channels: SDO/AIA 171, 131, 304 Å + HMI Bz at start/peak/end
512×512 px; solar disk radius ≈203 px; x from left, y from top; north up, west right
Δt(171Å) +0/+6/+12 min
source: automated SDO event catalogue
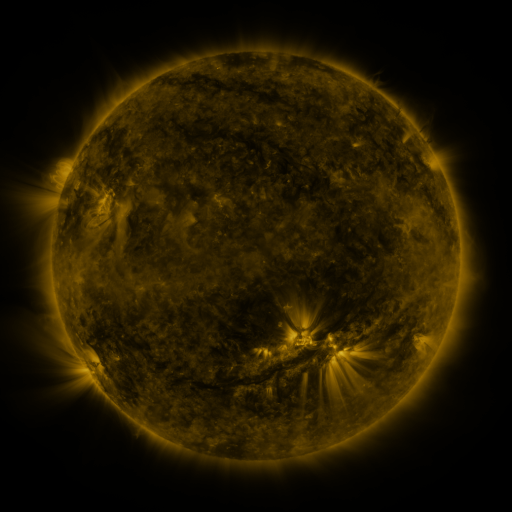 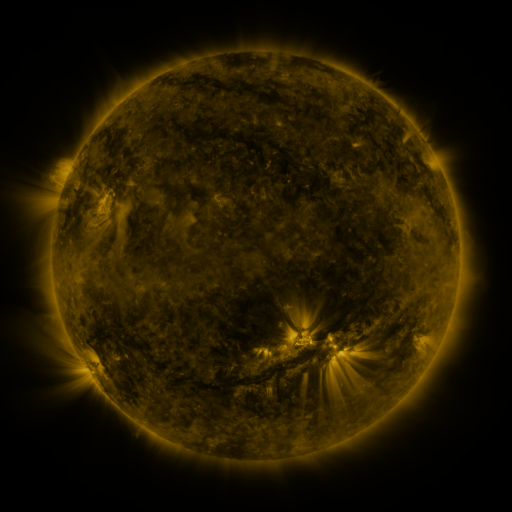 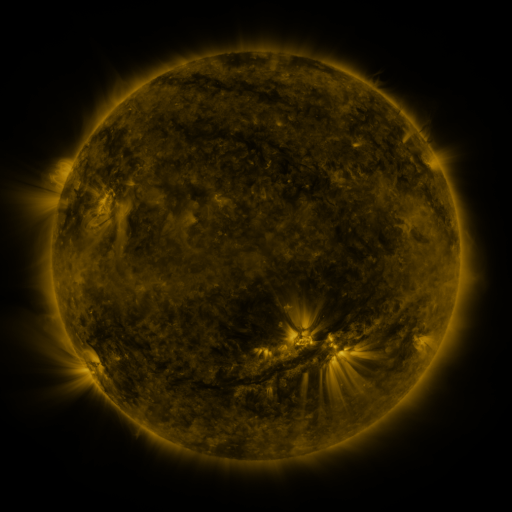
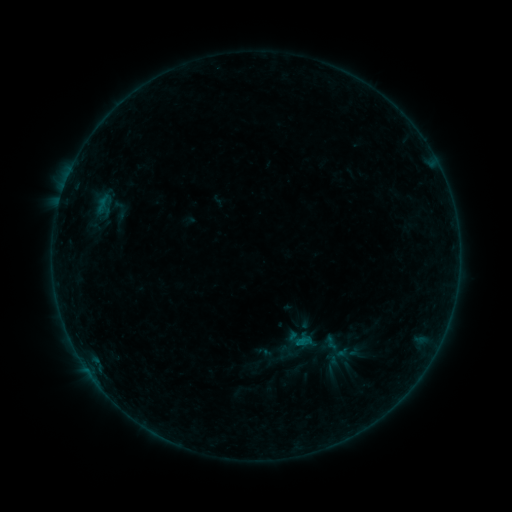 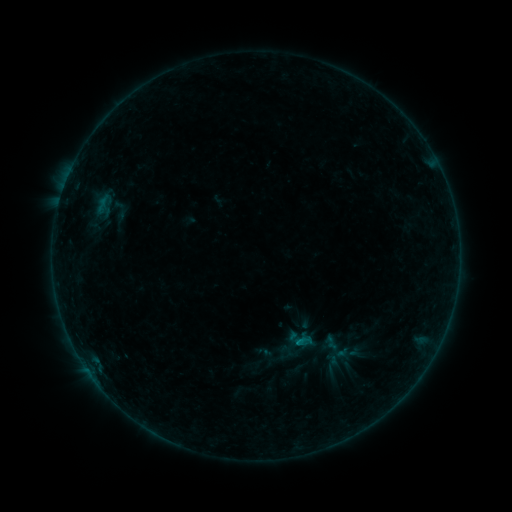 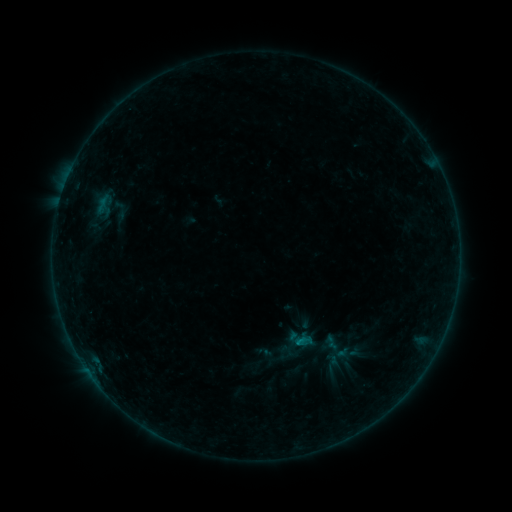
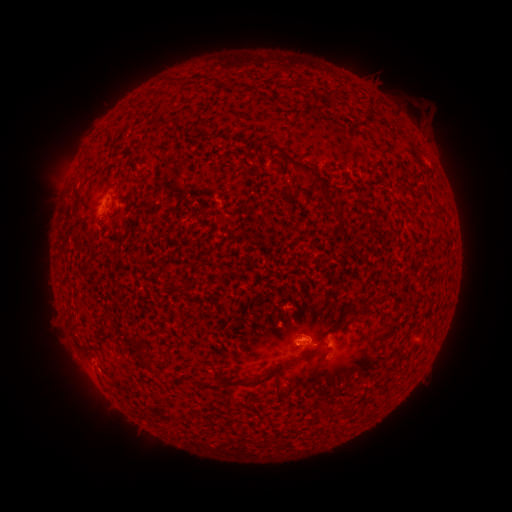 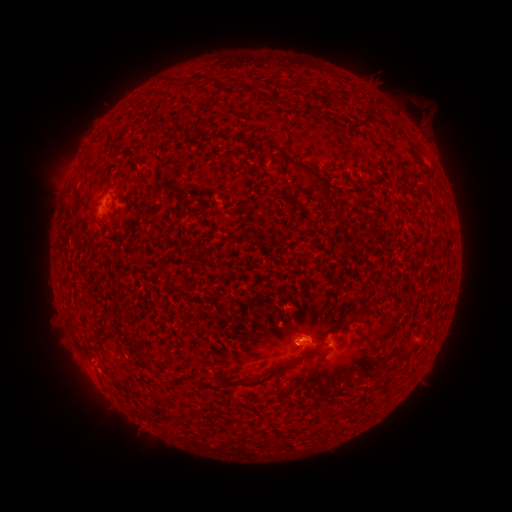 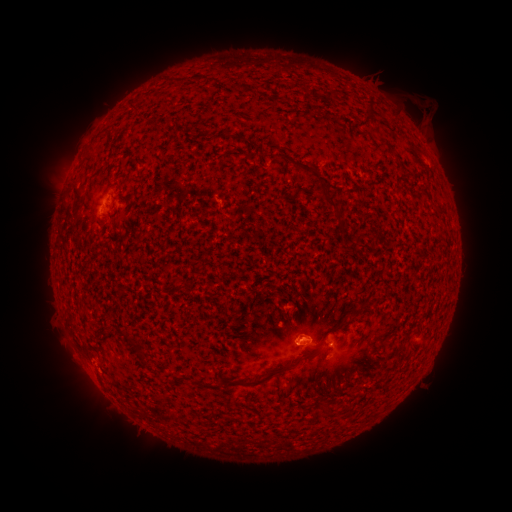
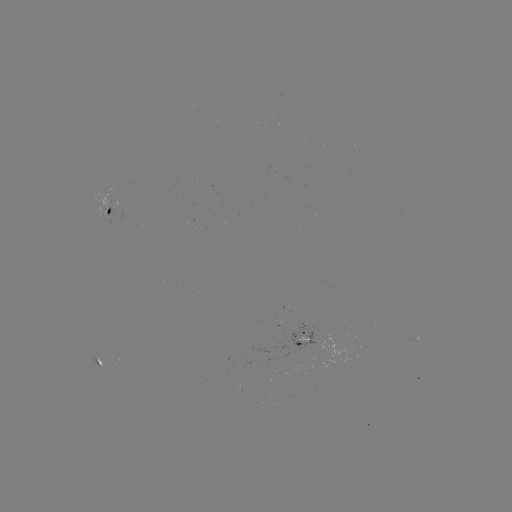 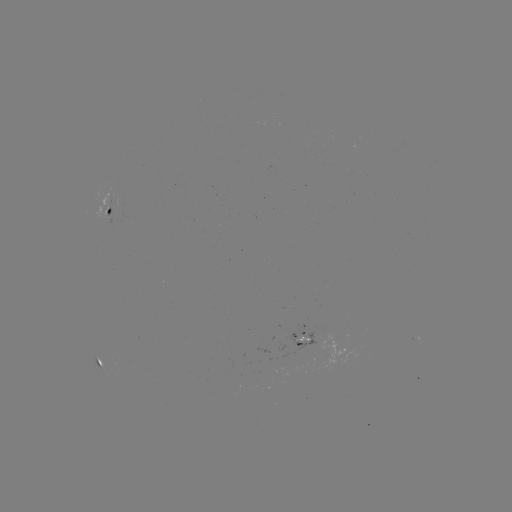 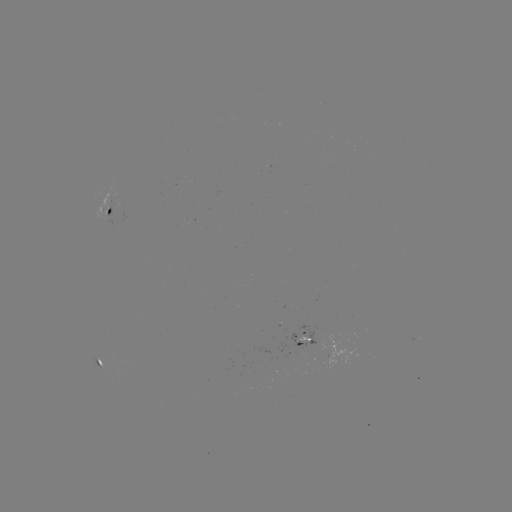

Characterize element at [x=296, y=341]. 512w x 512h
B2.6 flare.